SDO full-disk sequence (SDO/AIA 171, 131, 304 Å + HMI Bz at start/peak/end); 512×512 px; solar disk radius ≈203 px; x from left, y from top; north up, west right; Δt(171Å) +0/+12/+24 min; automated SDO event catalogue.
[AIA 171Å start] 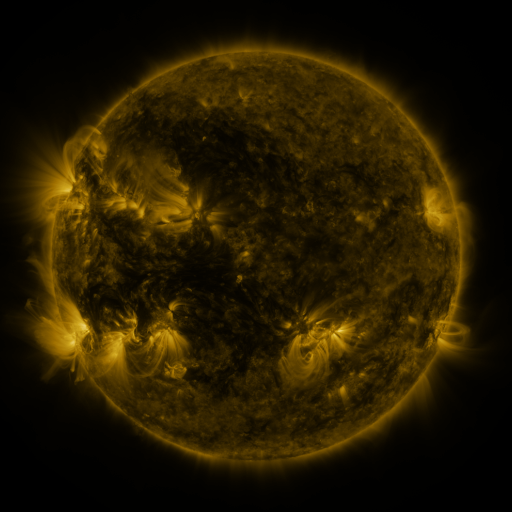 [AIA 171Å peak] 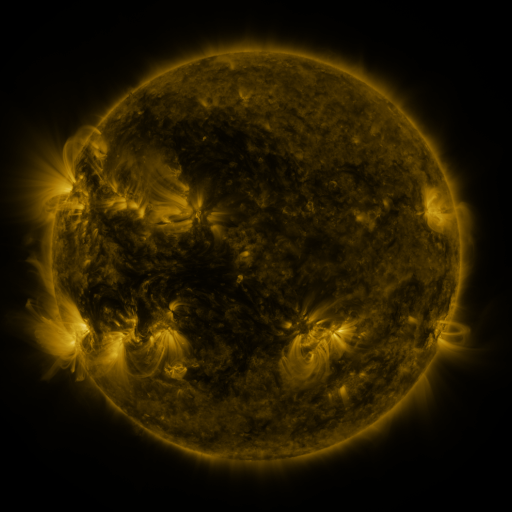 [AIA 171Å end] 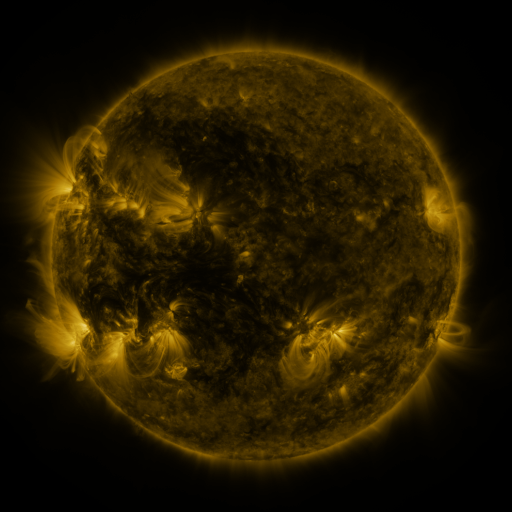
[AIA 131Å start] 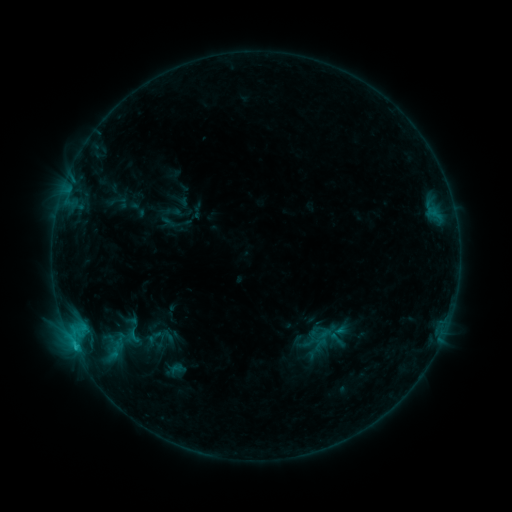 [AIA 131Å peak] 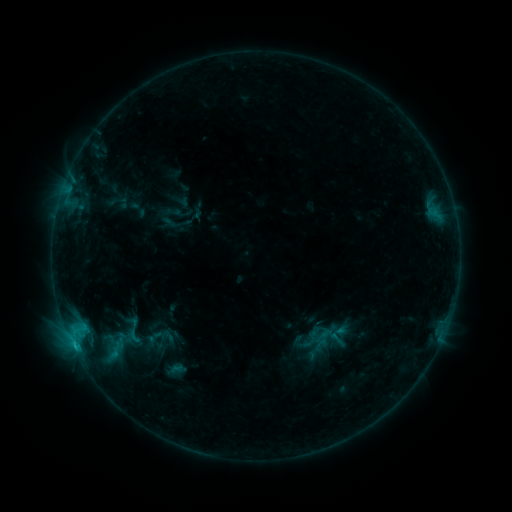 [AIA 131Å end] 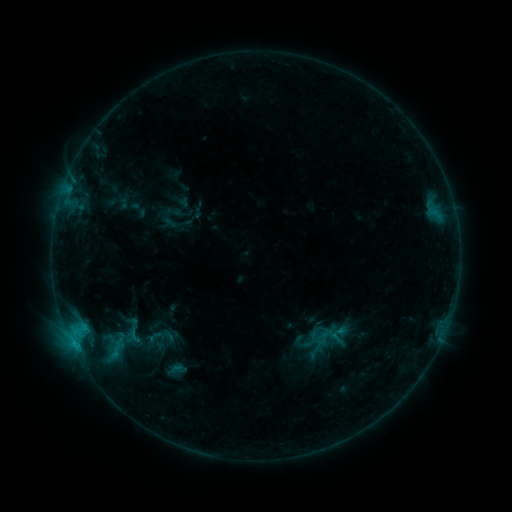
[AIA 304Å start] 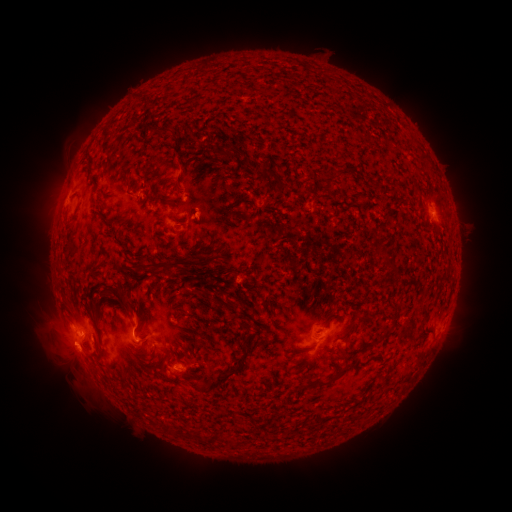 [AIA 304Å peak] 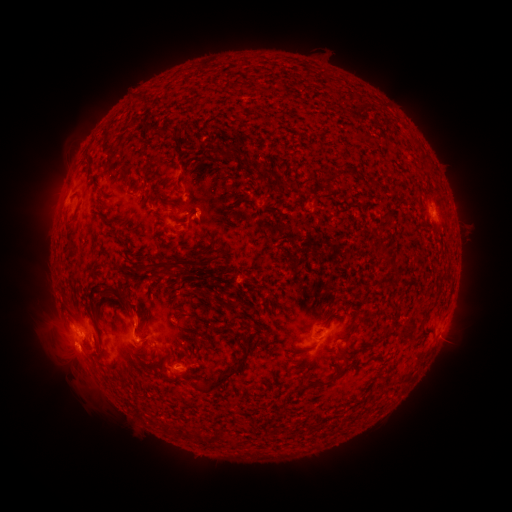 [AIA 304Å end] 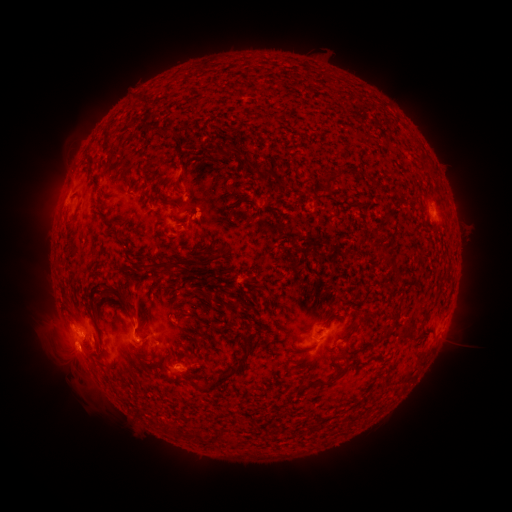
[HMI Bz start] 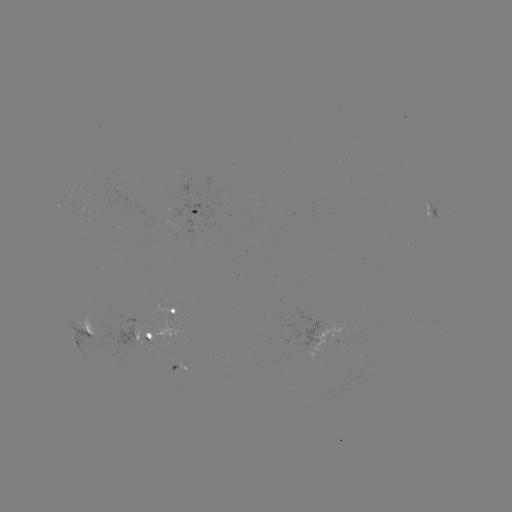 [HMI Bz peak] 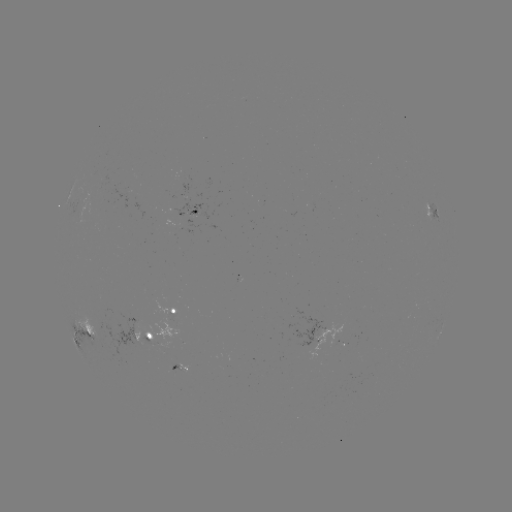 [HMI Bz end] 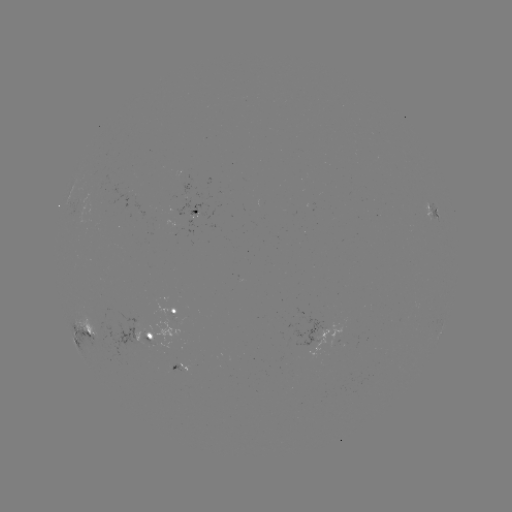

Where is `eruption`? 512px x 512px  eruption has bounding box [116, 287, 155, 334].